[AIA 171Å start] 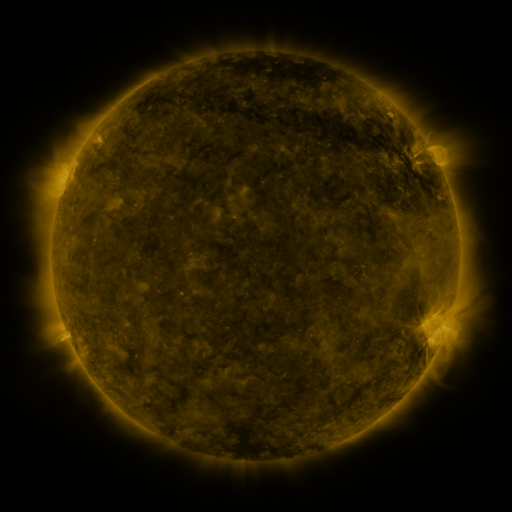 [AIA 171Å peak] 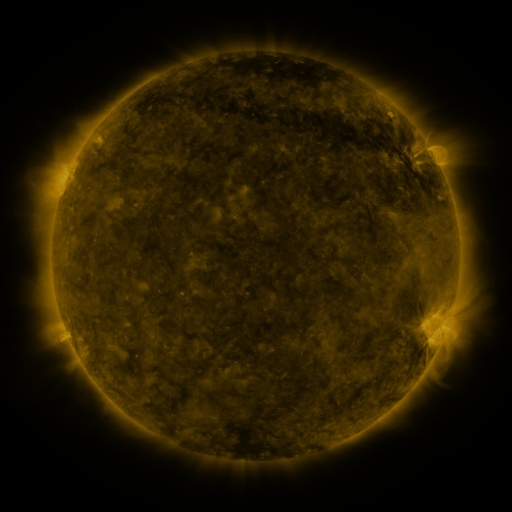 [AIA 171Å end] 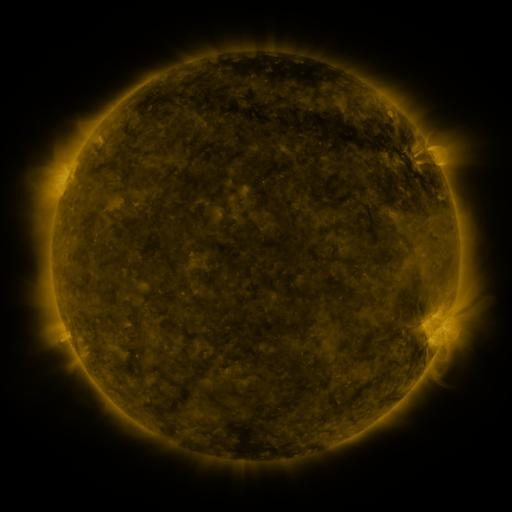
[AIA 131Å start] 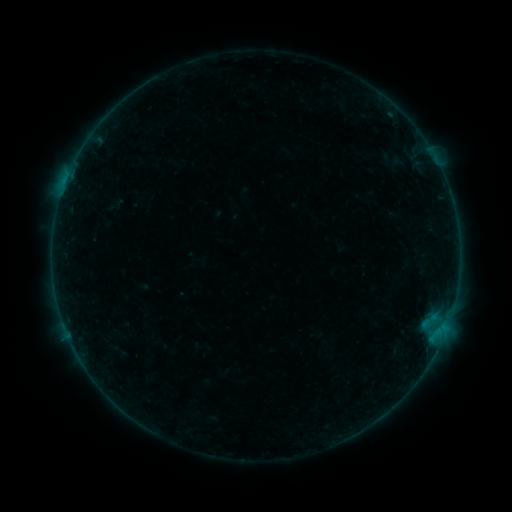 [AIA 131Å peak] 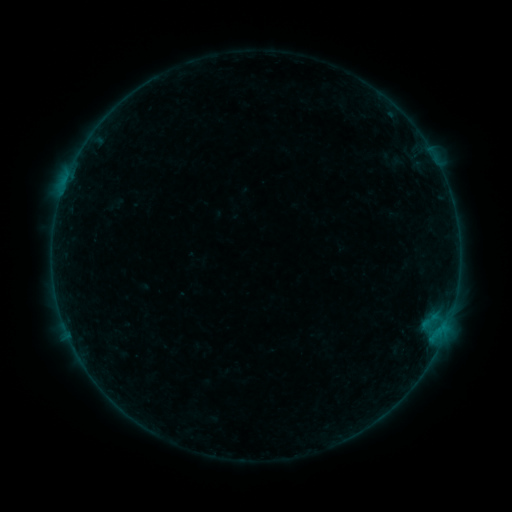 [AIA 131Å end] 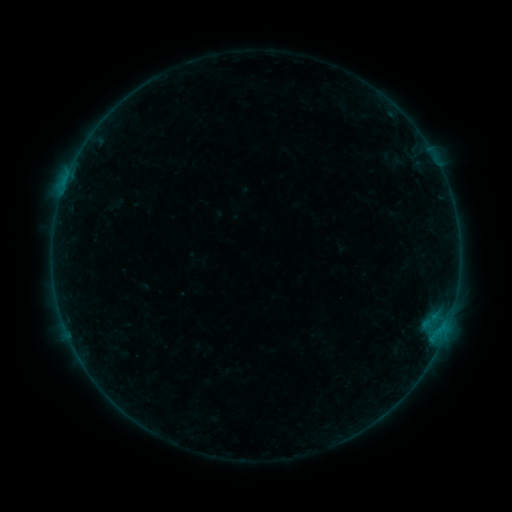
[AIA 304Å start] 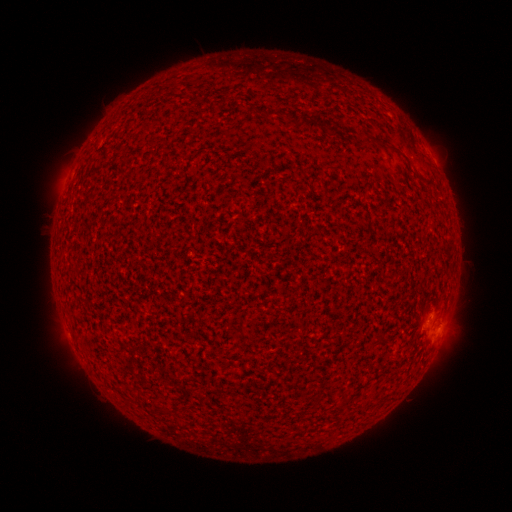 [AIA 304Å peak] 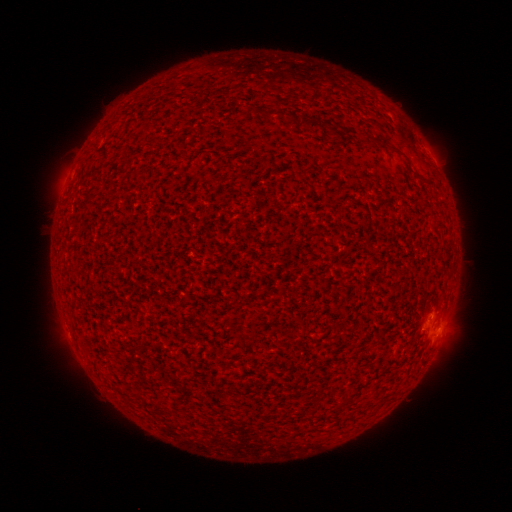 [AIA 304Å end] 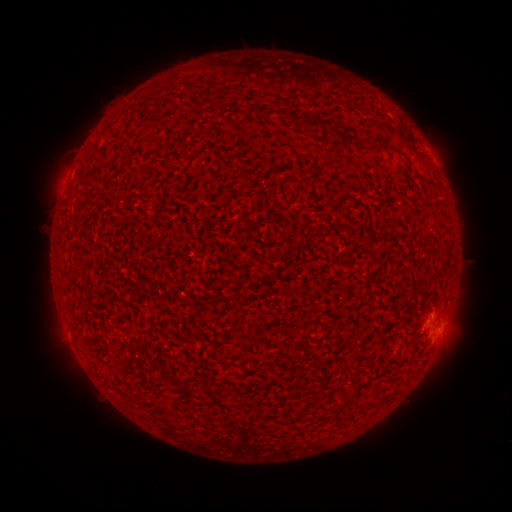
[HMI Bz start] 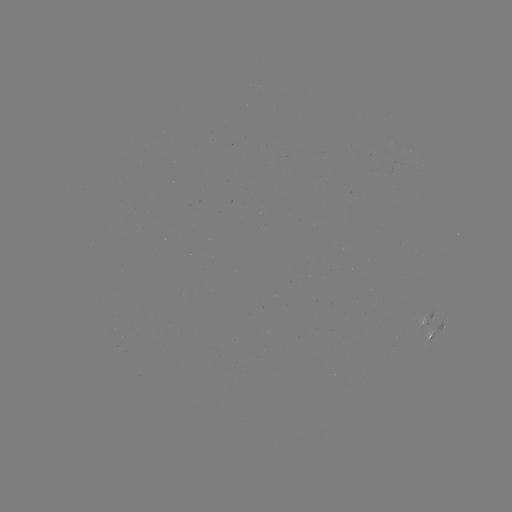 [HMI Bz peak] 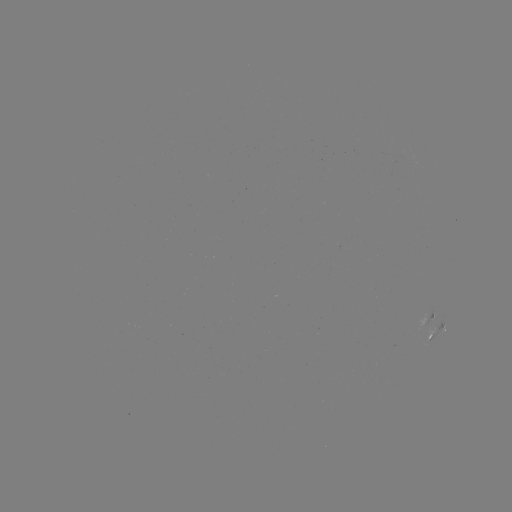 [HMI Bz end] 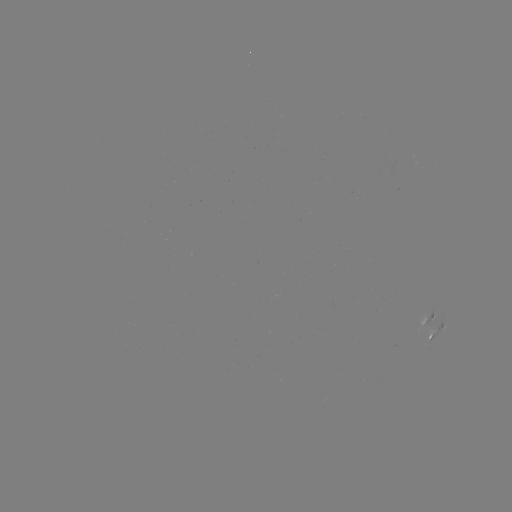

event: flare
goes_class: B1.5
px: (431, 325)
